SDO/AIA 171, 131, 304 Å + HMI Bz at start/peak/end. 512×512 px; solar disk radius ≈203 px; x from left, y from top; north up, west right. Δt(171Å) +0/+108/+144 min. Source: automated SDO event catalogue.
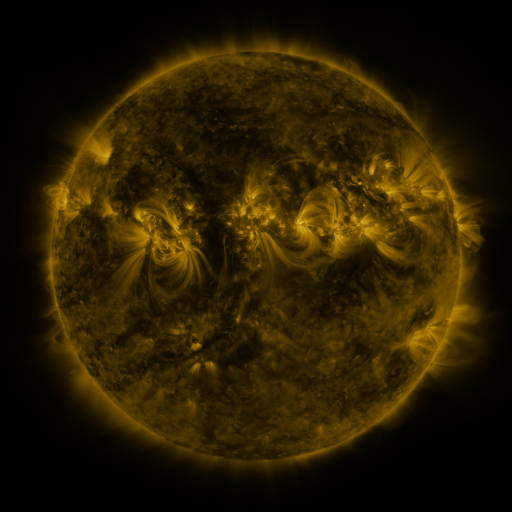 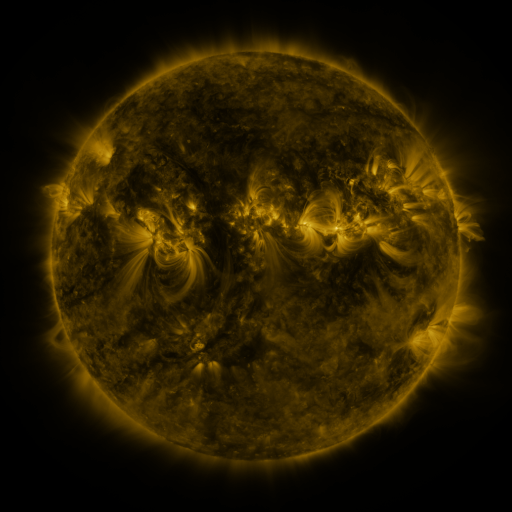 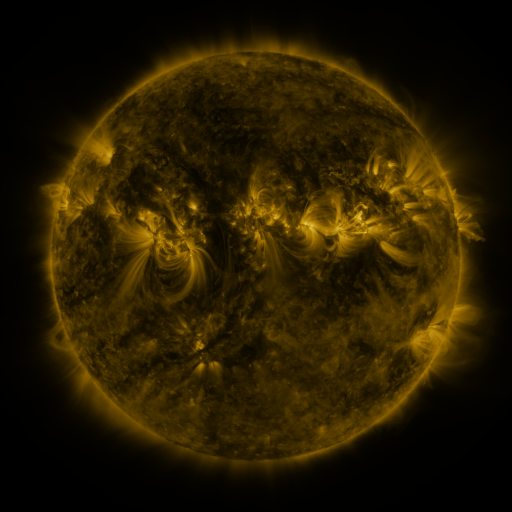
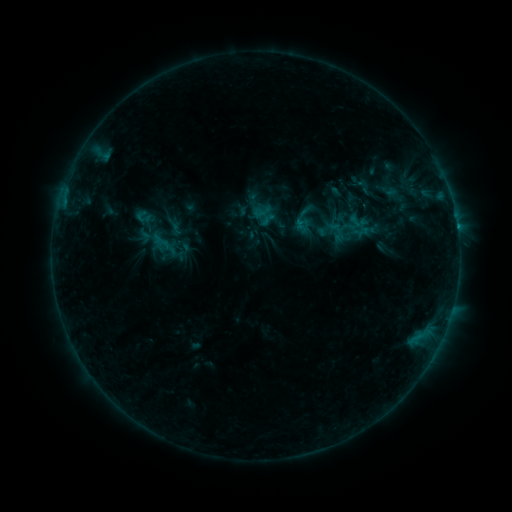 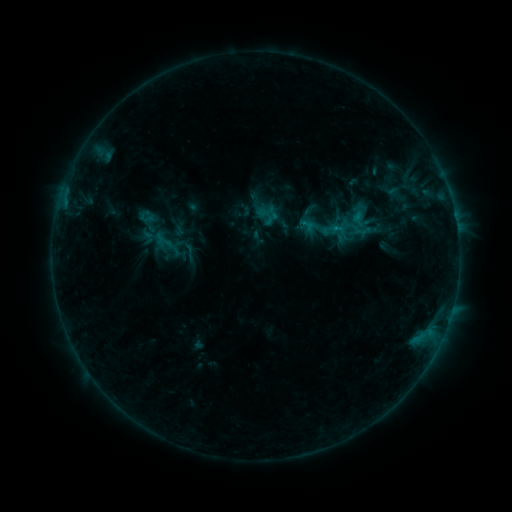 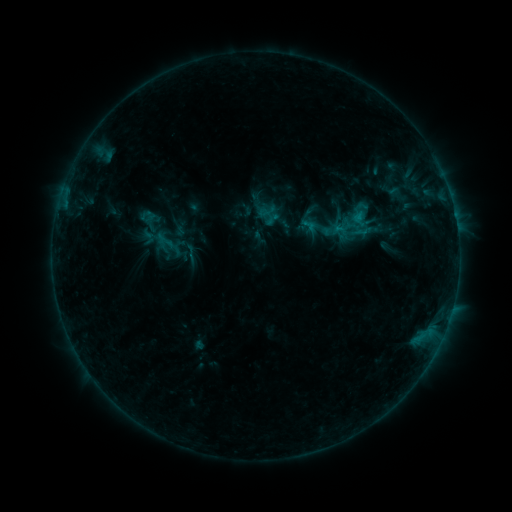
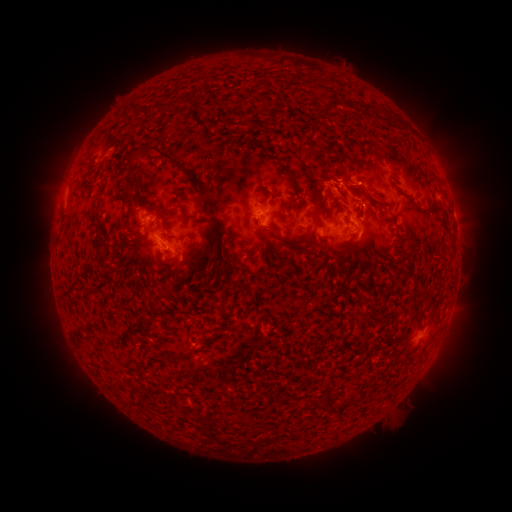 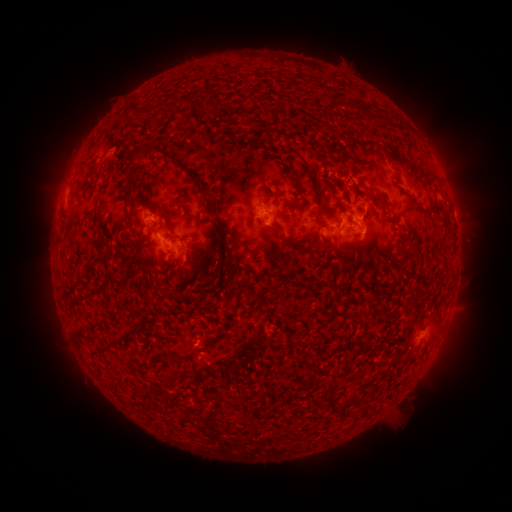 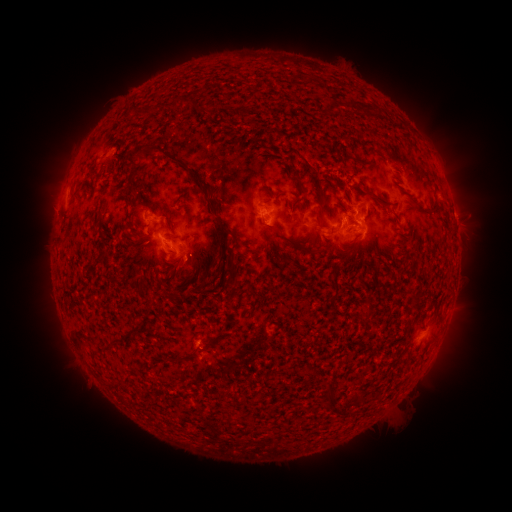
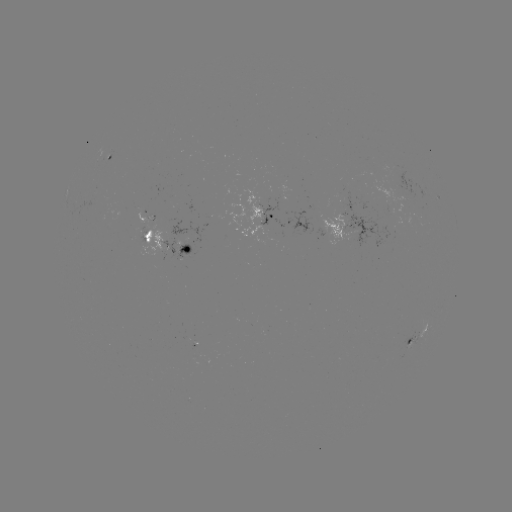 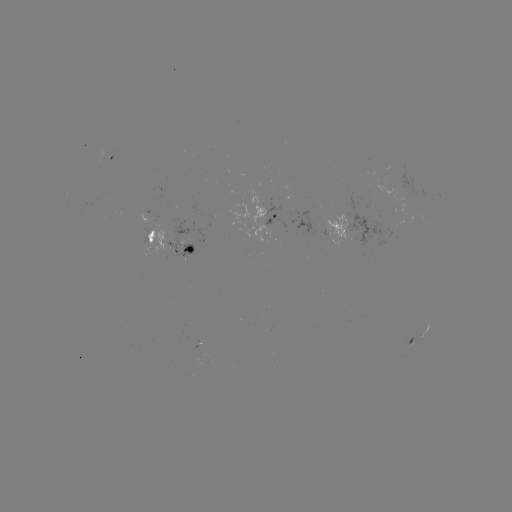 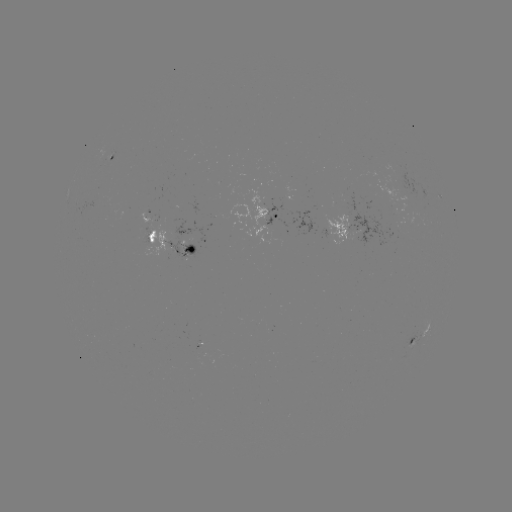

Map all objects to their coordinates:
emerging-flux region: (203, 354)
